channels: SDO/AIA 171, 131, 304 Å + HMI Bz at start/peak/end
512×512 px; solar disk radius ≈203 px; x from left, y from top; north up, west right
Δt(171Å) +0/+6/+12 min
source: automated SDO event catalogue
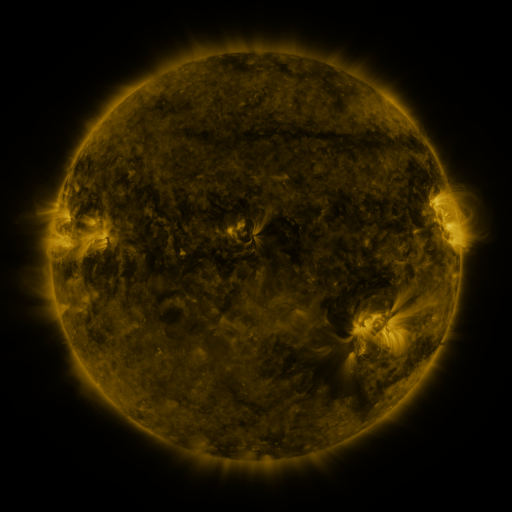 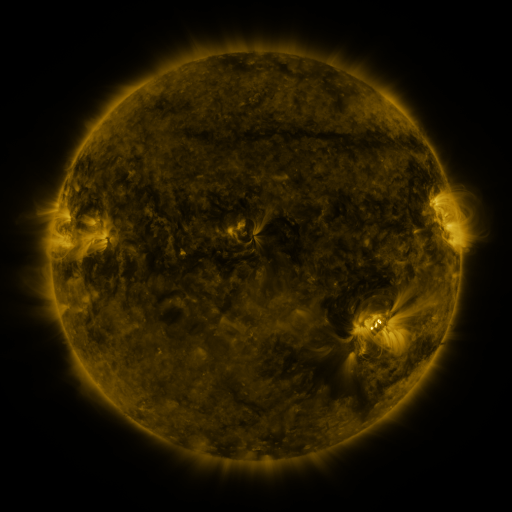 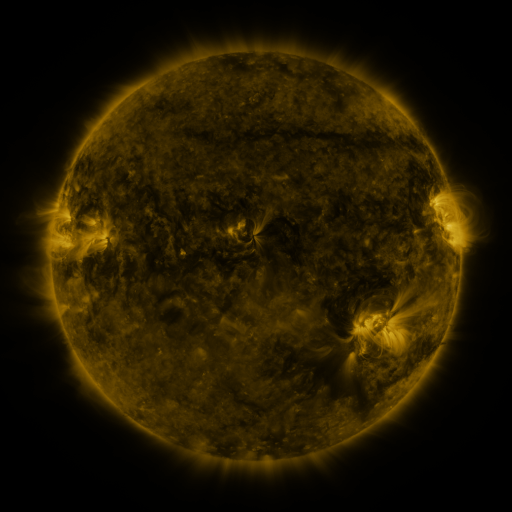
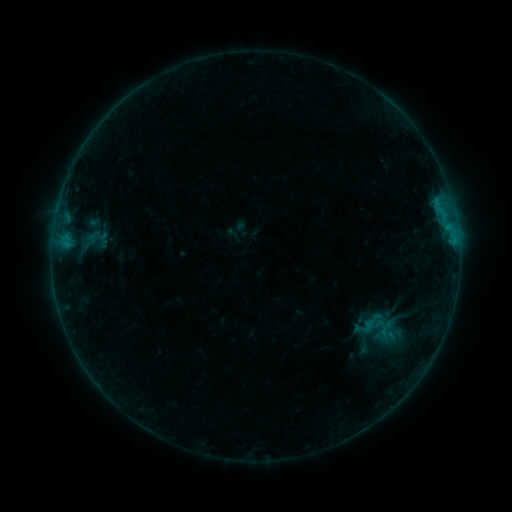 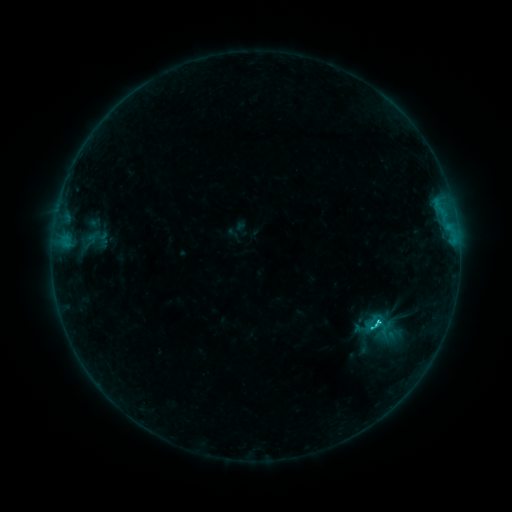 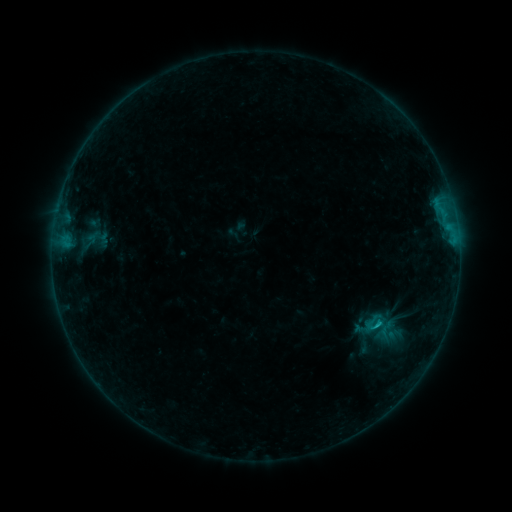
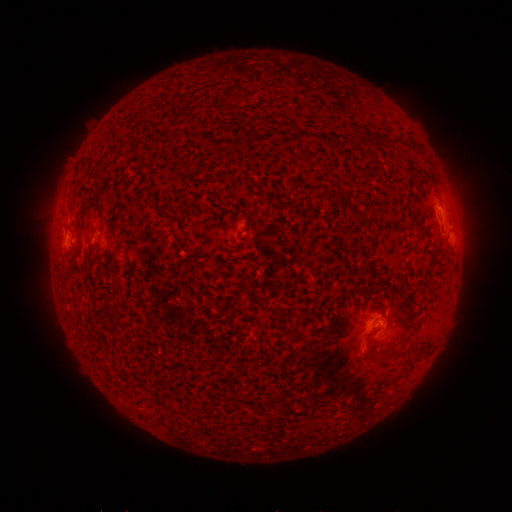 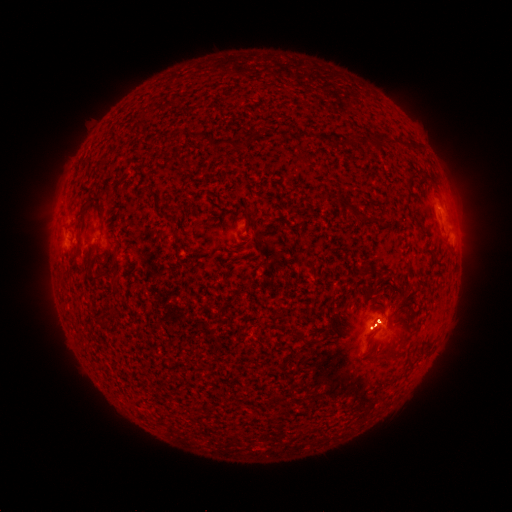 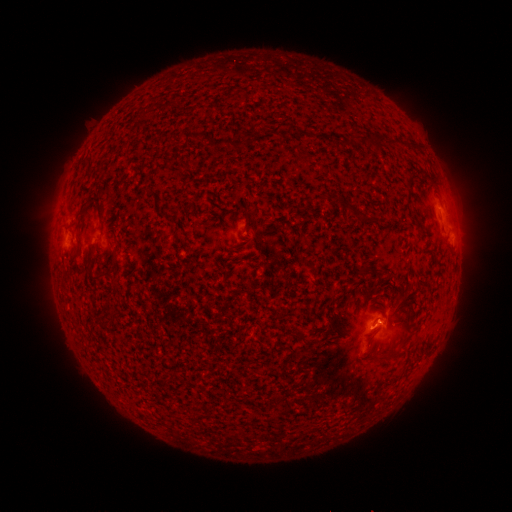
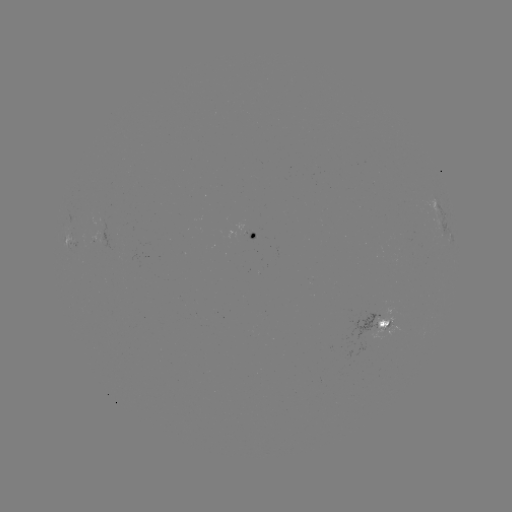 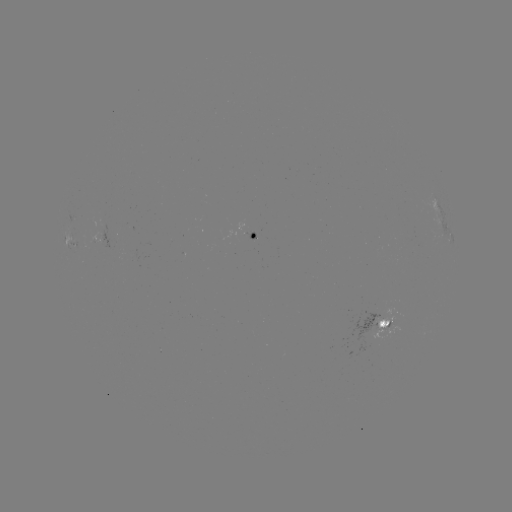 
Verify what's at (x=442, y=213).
C1.1 flare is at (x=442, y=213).